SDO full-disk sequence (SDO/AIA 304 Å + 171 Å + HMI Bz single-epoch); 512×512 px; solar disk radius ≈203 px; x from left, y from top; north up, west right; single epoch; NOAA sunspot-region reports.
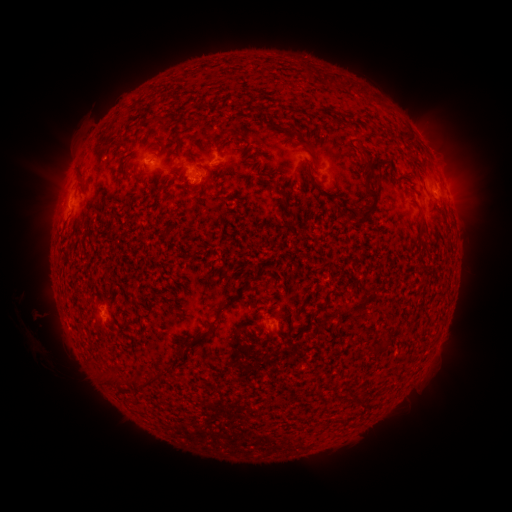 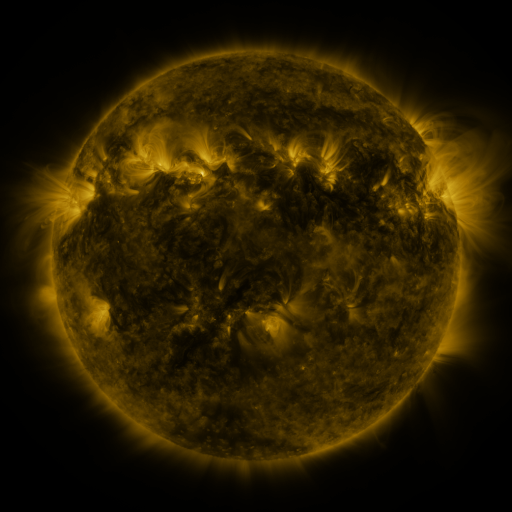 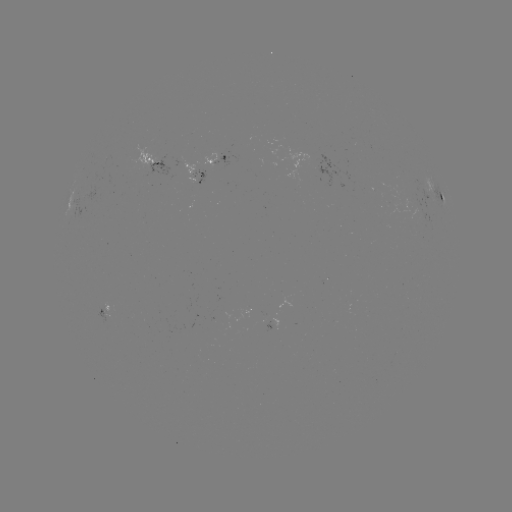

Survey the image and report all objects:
spotted active region: (220, 157)
spotted active region: (142, 164)
spotted active region: (209, 166)
spotted active region: (438, 195)
spotted active region: (107, 305)
spotted active region: (275, 322)
